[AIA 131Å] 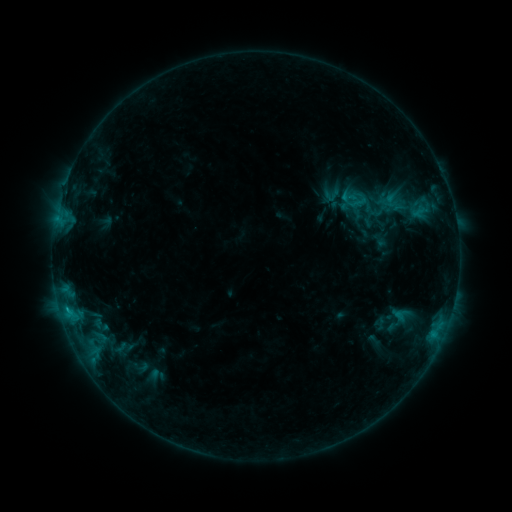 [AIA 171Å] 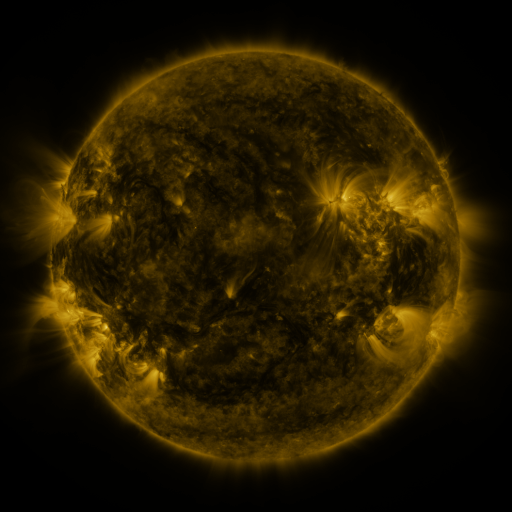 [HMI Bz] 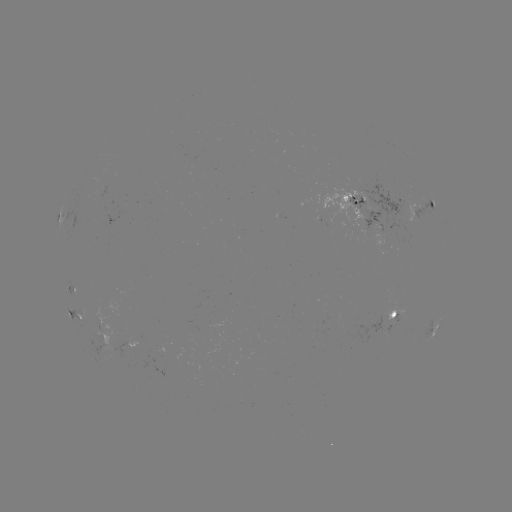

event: sigmoid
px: (331, 195)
